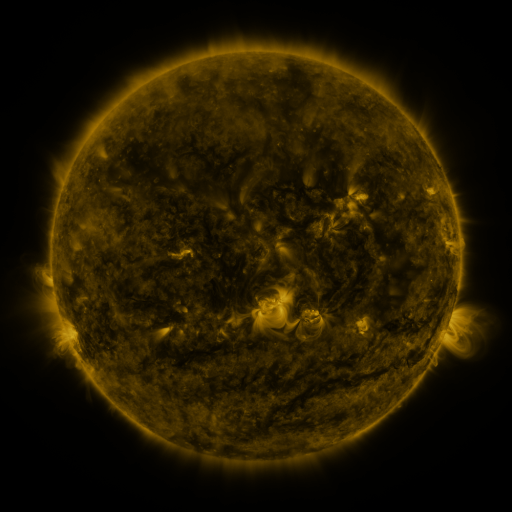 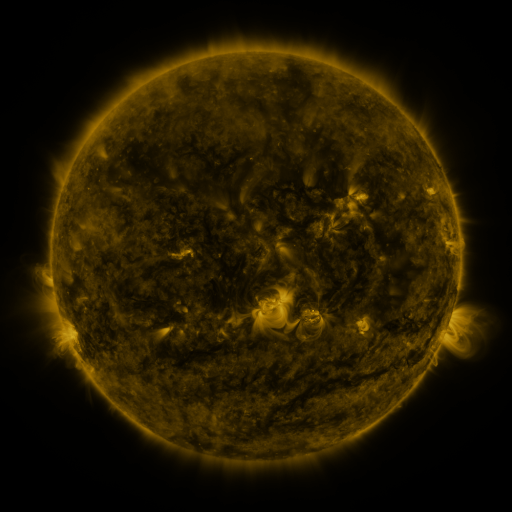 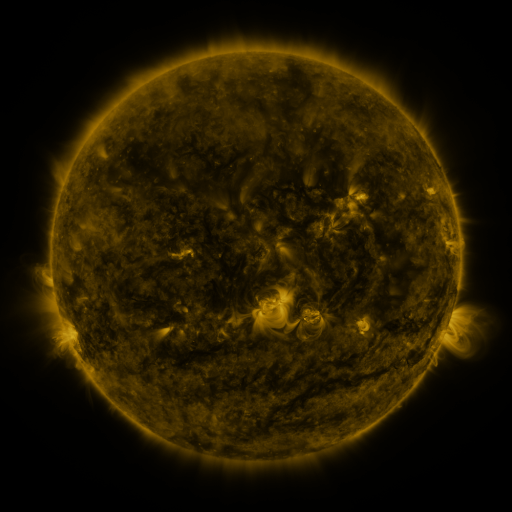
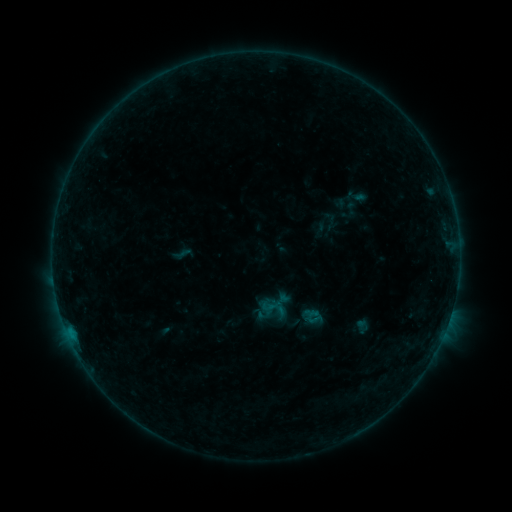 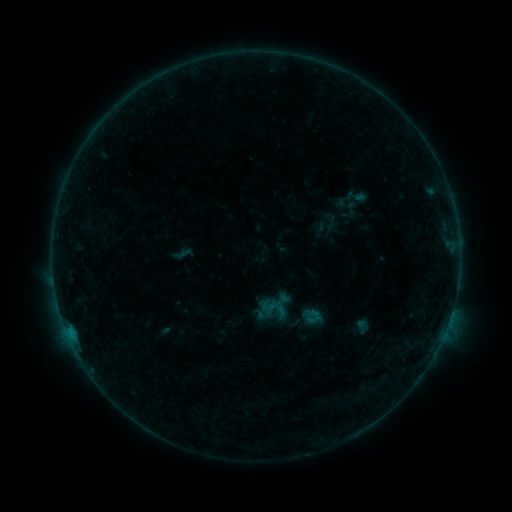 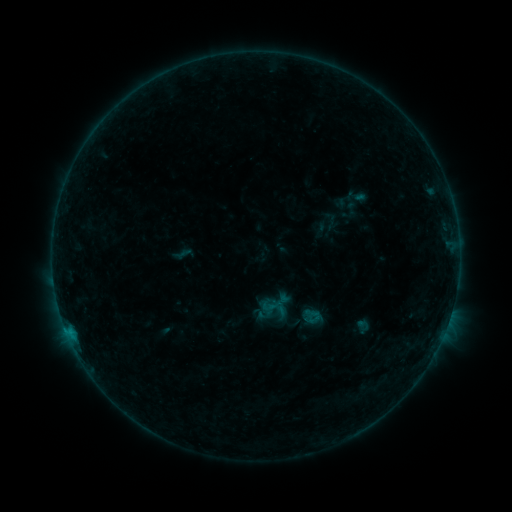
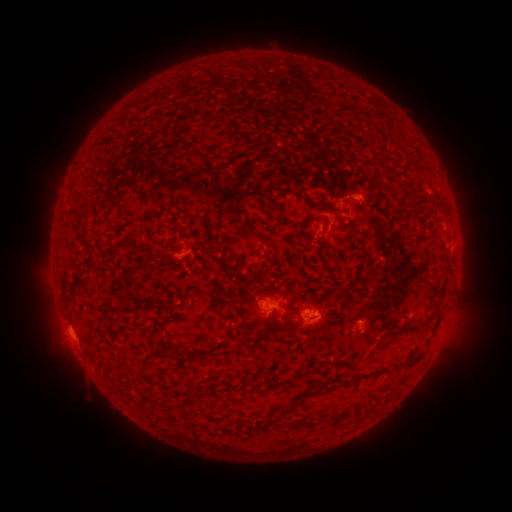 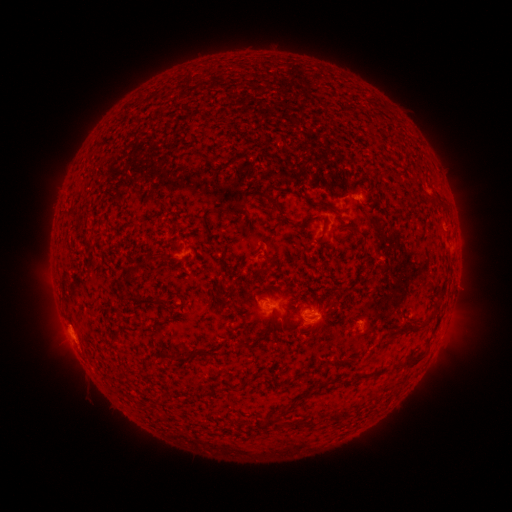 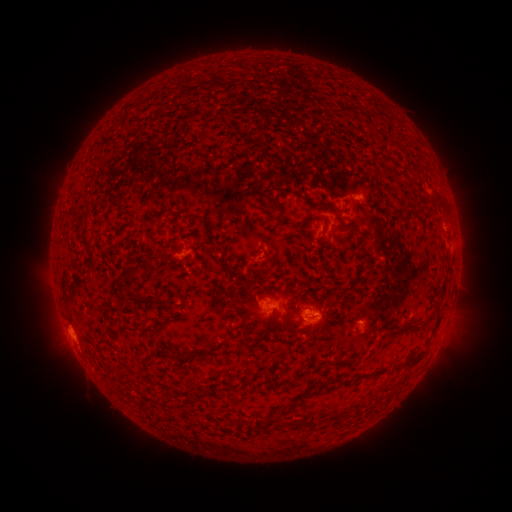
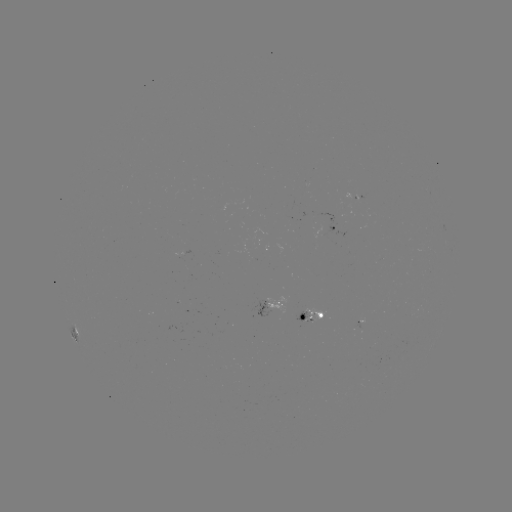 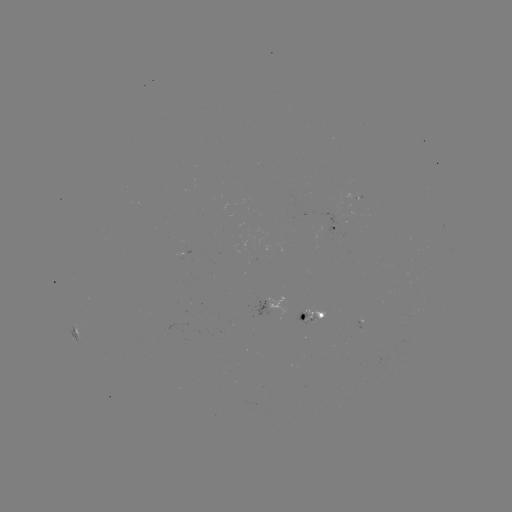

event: flare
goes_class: B3.3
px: (71, 331)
